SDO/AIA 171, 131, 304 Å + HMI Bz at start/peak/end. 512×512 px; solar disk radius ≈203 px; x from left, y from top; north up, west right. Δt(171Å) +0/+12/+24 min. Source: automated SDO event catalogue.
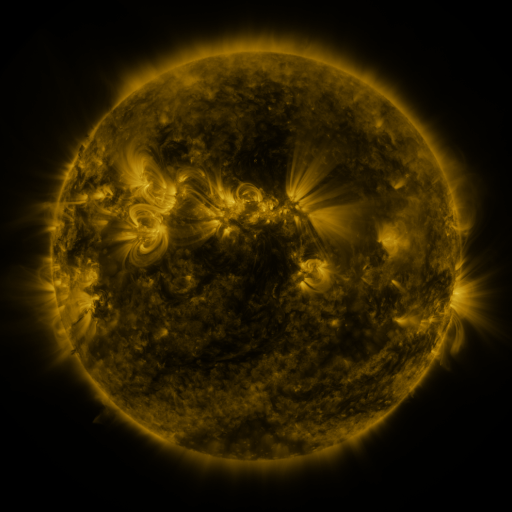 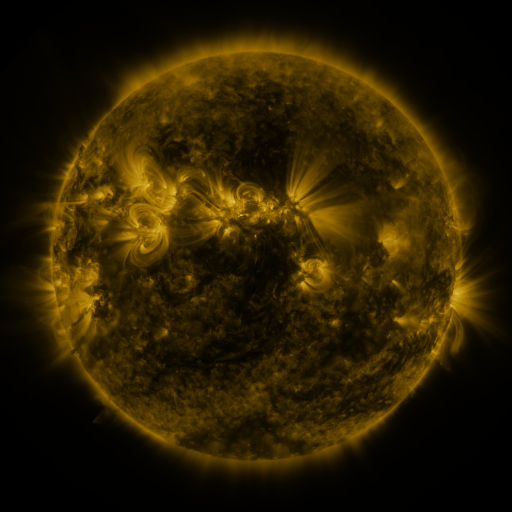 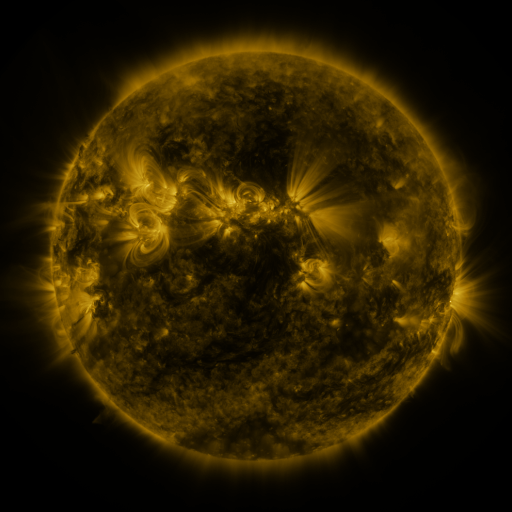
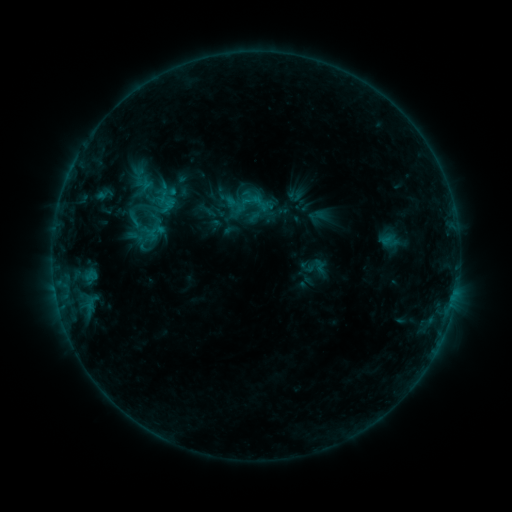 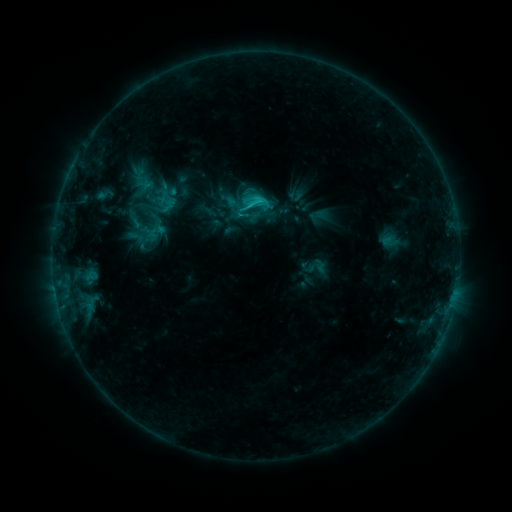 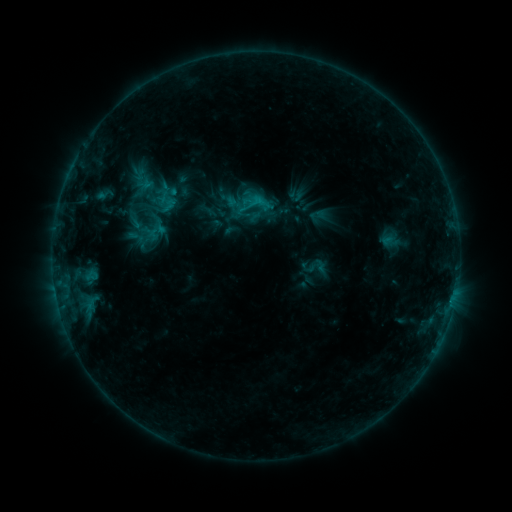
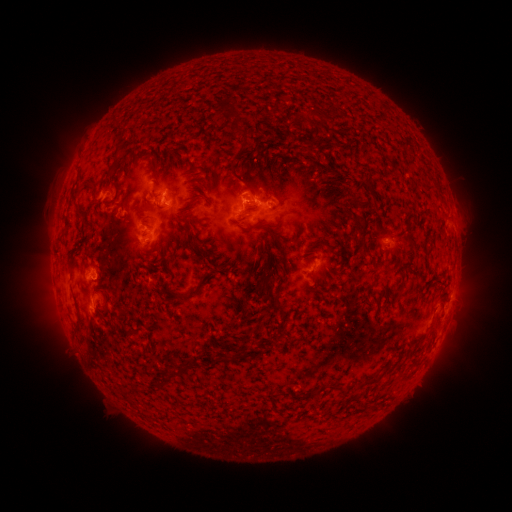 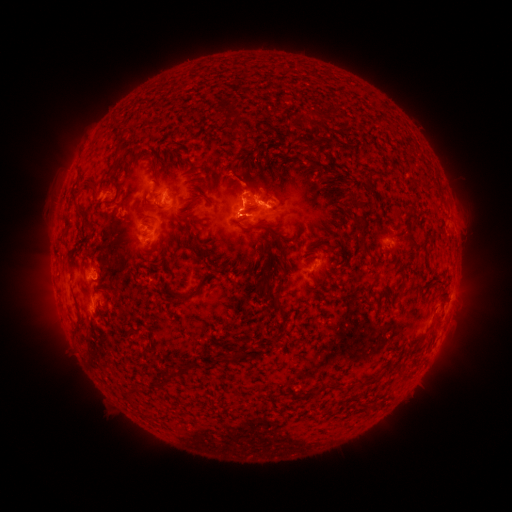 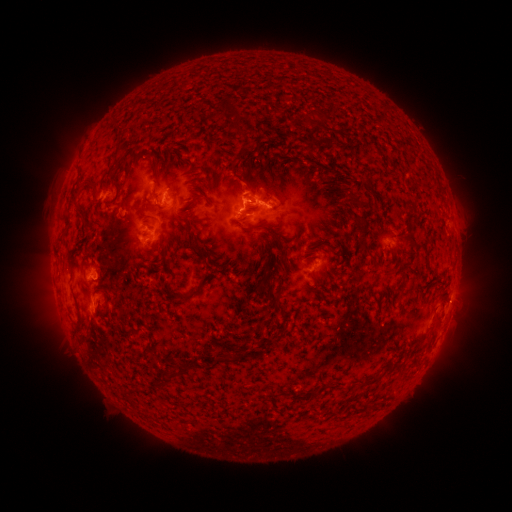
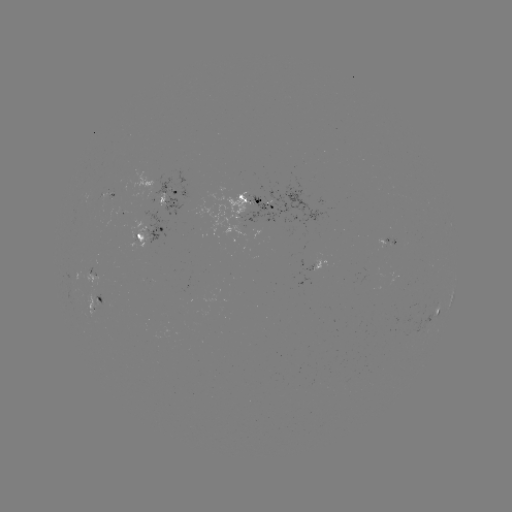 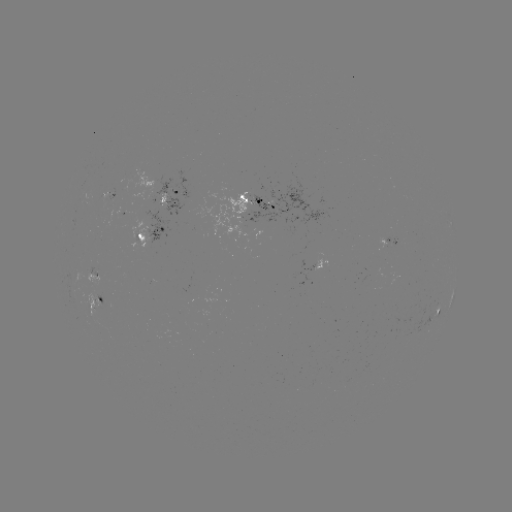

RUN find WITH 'C1.3 flare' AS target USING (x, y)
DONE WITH (252, 206) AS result